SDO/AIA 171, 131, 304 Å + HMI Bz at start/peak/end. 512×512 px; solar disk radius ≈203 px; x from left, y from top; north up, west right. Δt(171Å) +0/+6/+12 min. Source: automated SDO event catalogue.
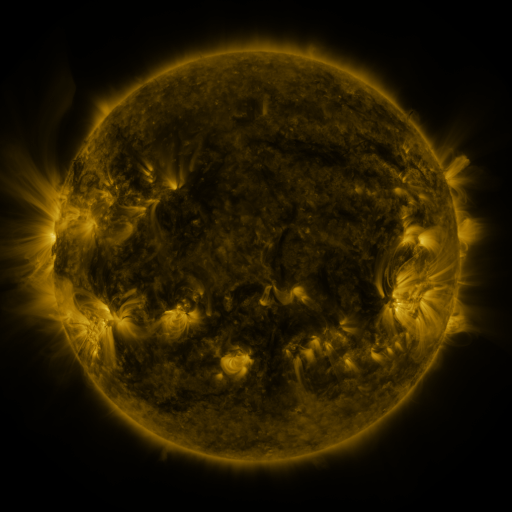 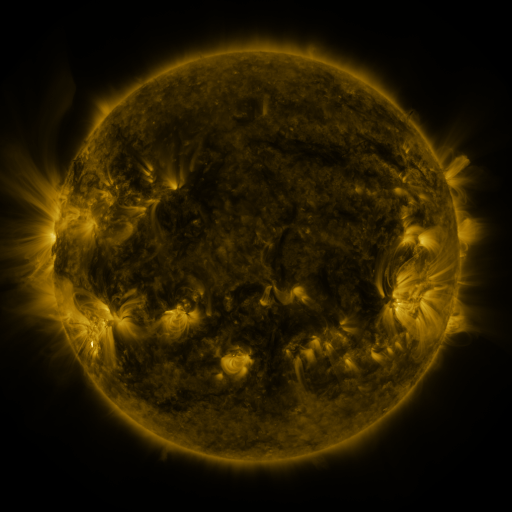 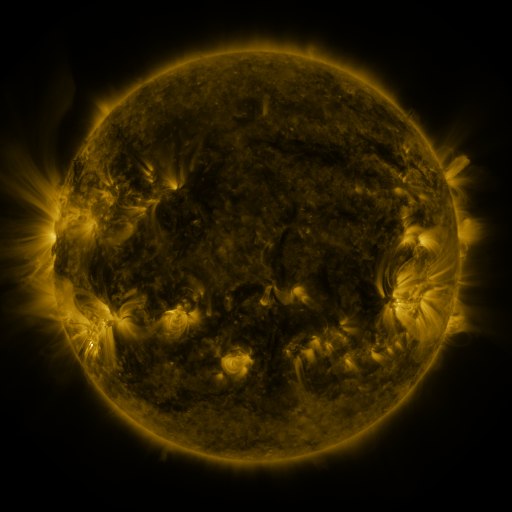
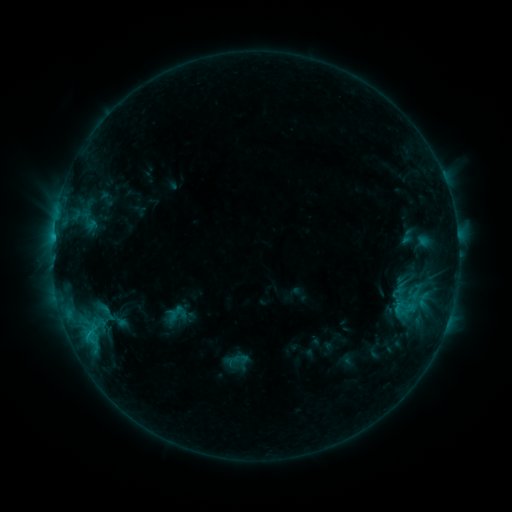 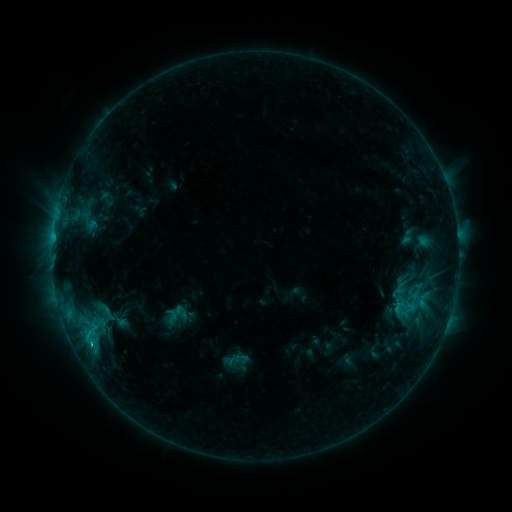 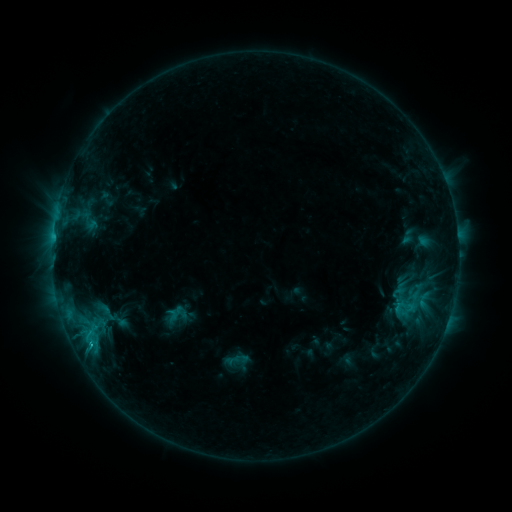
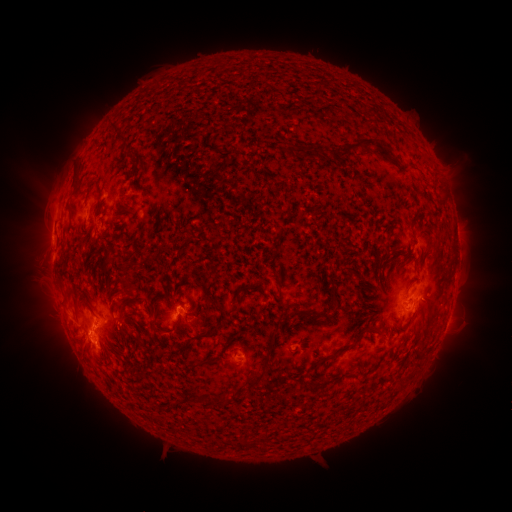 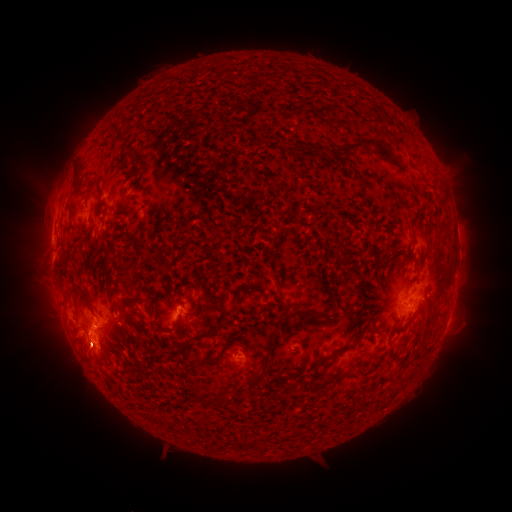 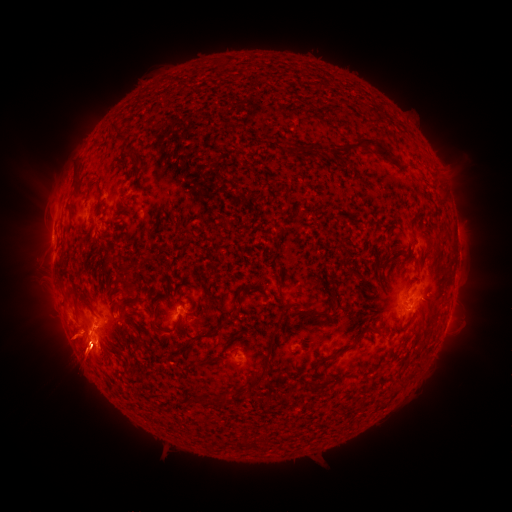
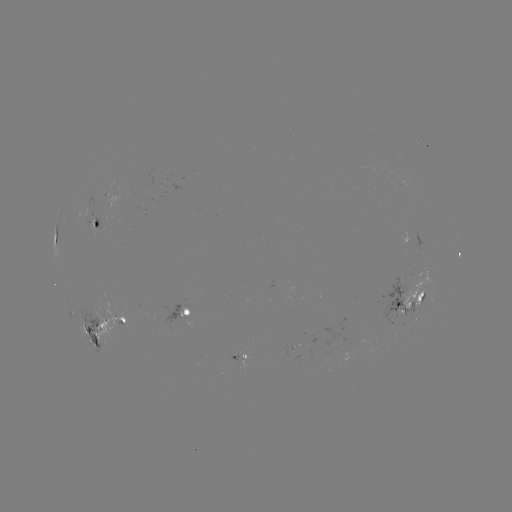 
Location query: C1.3 flare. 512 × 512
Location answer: (91, 343).